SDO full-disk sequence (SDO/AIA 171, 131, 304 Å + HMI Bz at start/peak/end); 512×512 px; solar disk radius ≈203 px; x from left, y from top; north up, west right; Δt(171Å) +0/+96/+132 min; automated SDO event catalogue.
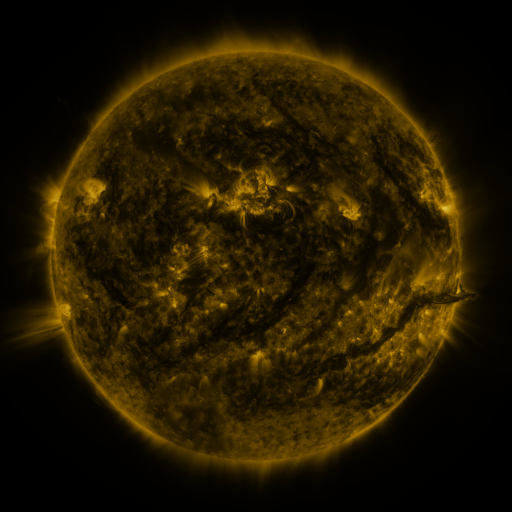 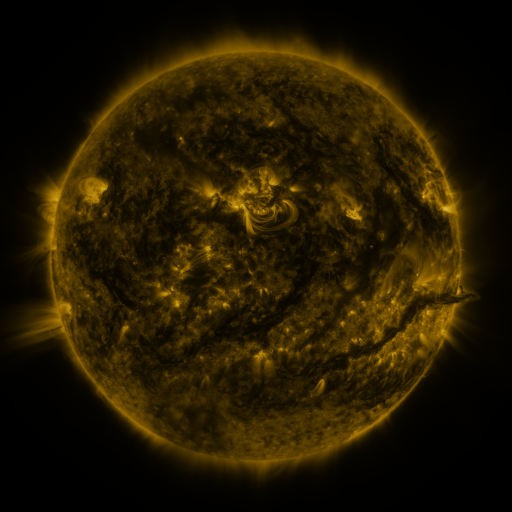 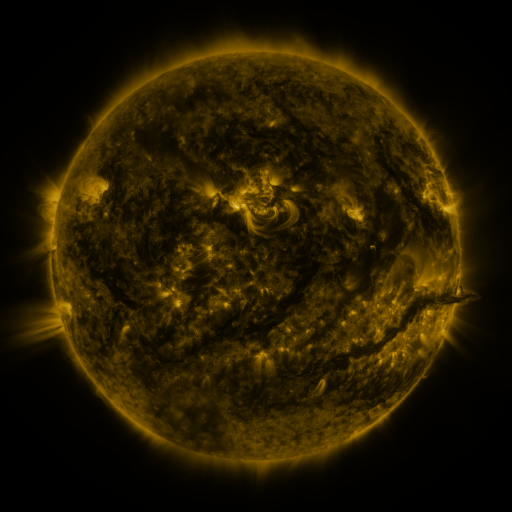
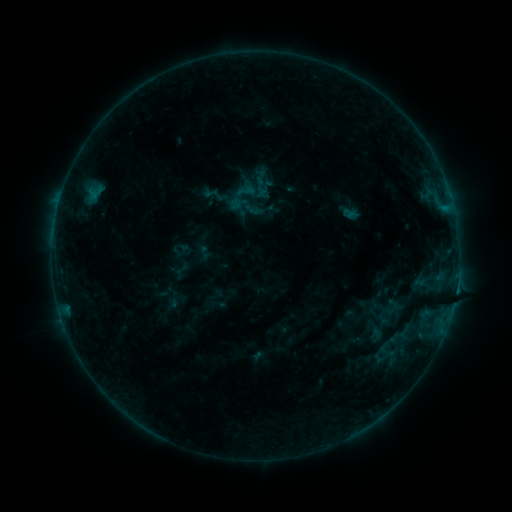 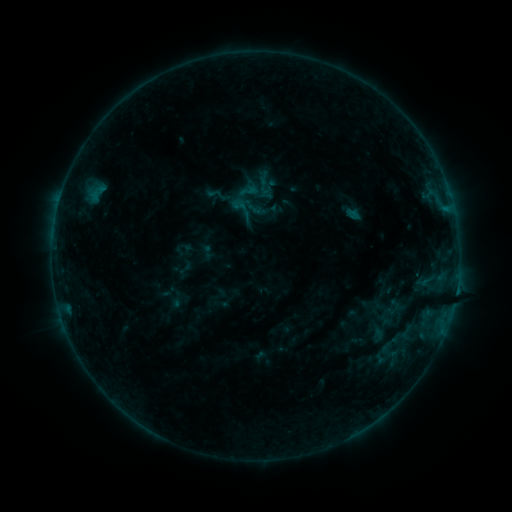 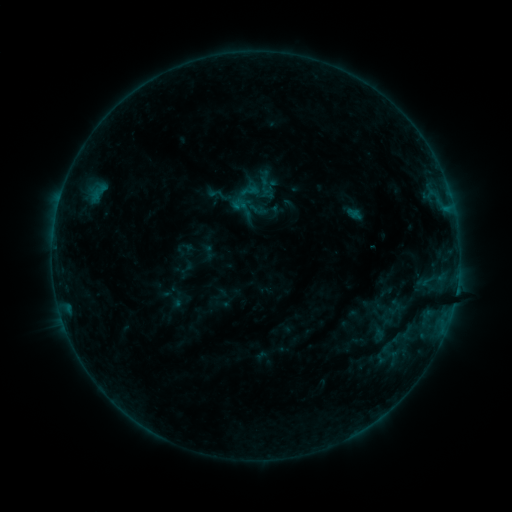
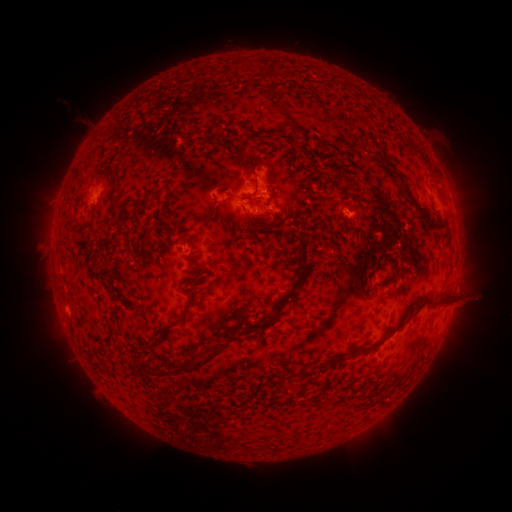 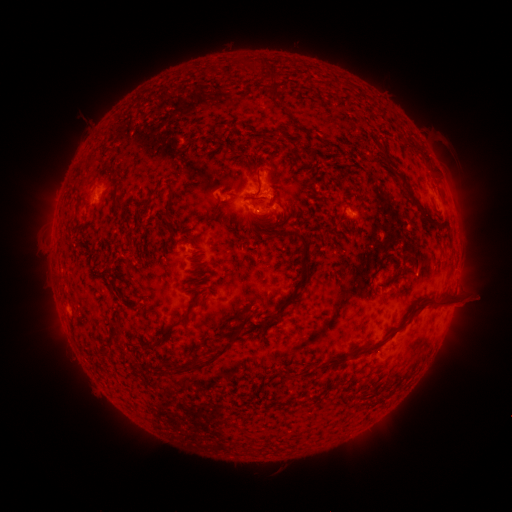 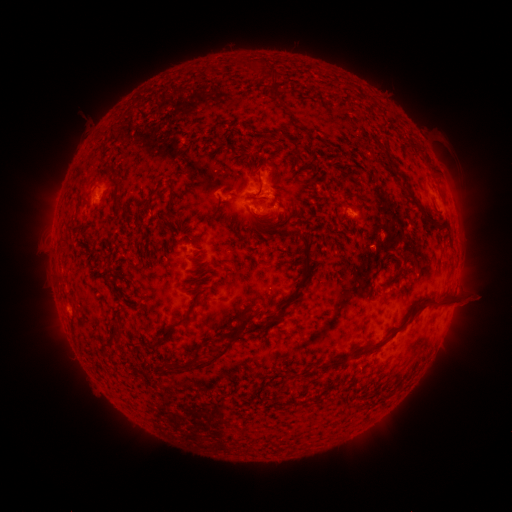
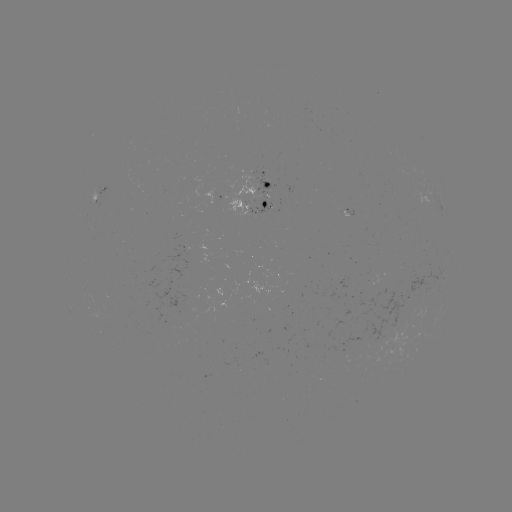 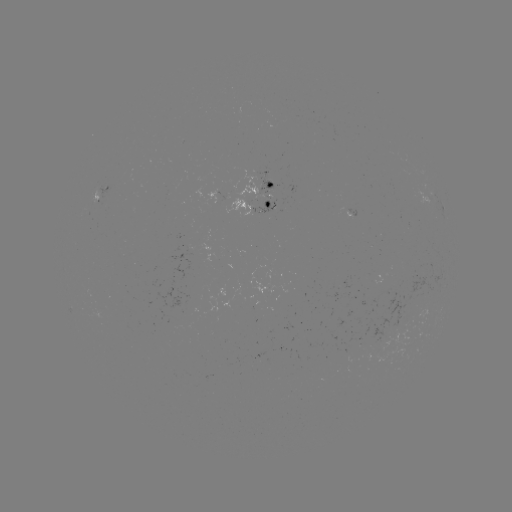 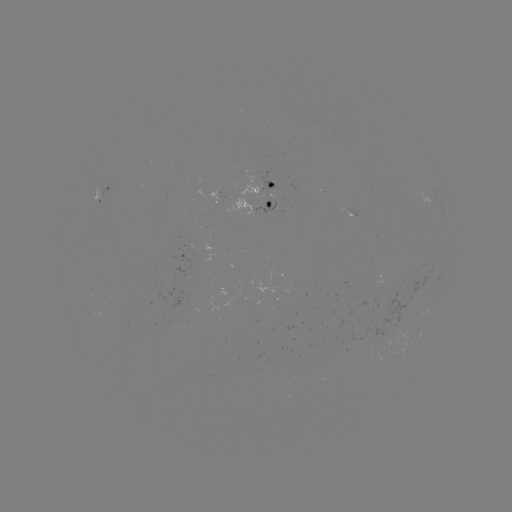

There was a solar emerging-flux region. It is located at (259, 359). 